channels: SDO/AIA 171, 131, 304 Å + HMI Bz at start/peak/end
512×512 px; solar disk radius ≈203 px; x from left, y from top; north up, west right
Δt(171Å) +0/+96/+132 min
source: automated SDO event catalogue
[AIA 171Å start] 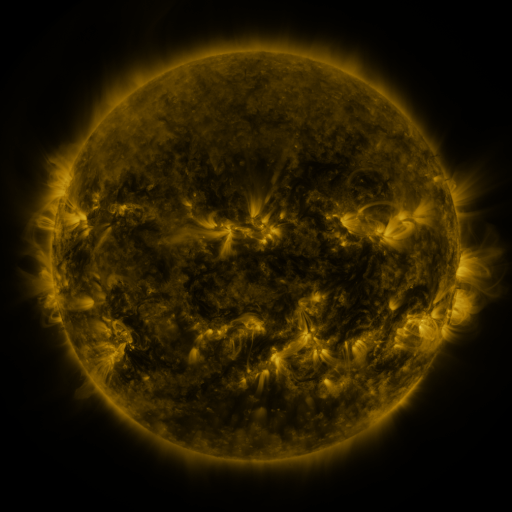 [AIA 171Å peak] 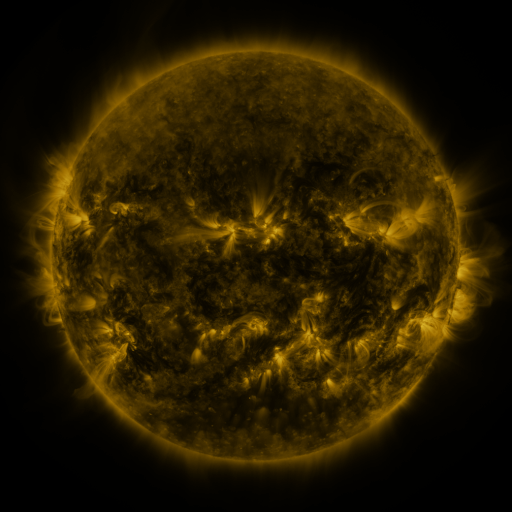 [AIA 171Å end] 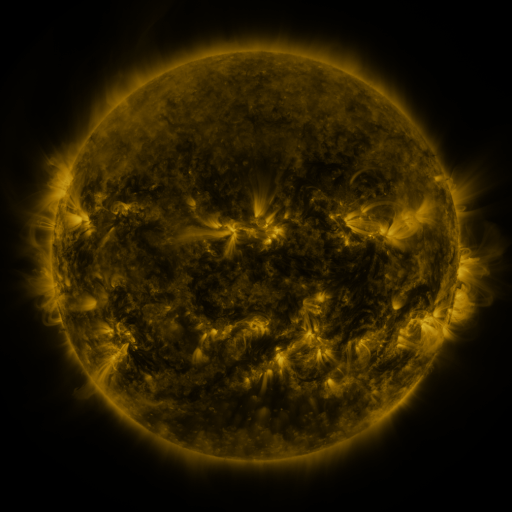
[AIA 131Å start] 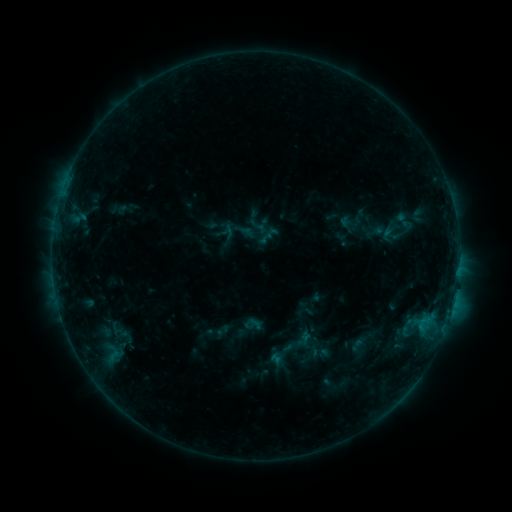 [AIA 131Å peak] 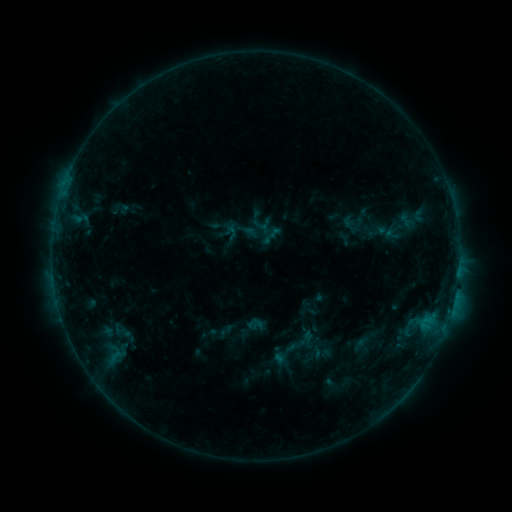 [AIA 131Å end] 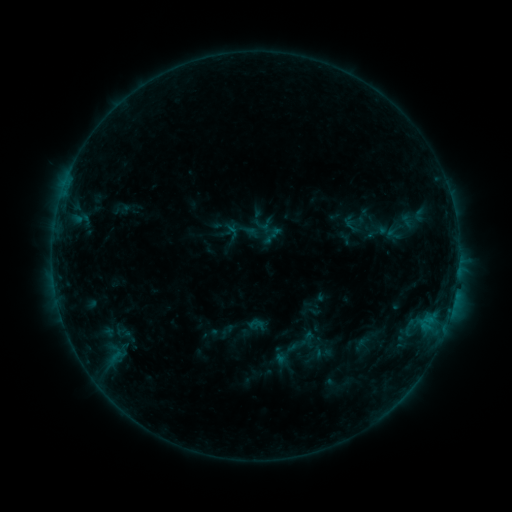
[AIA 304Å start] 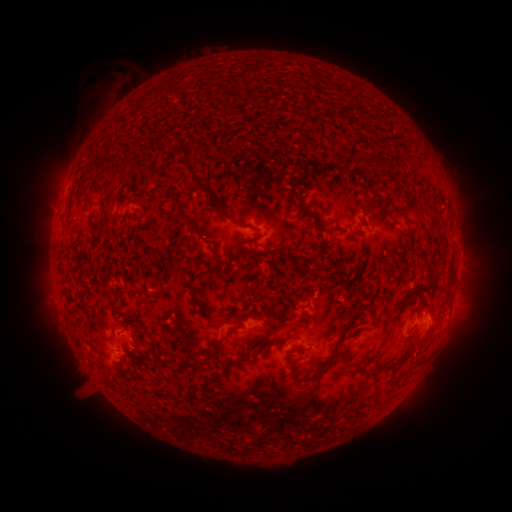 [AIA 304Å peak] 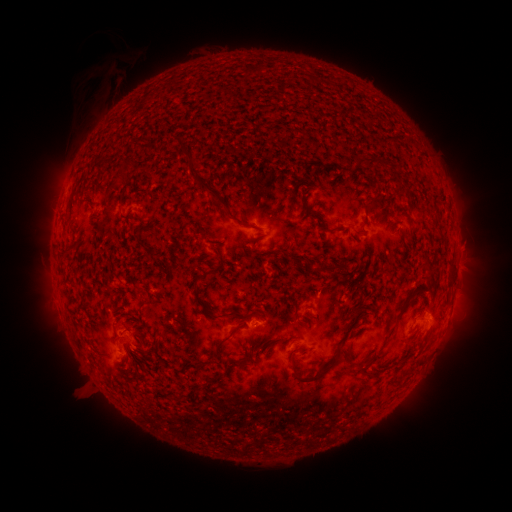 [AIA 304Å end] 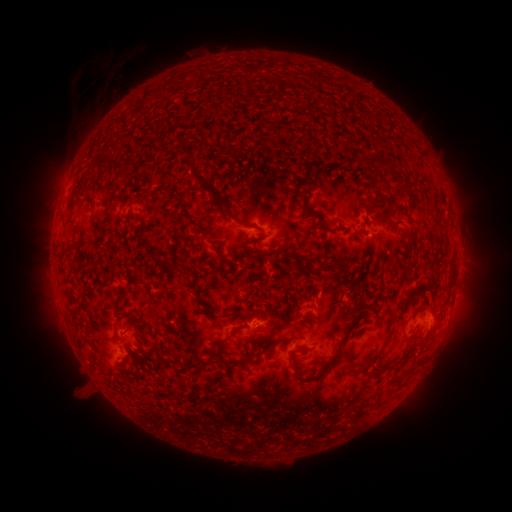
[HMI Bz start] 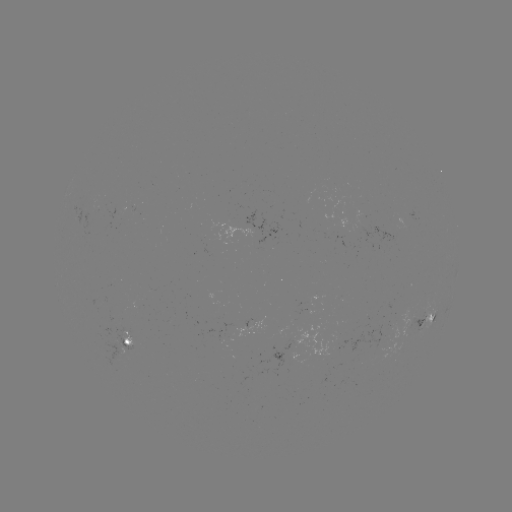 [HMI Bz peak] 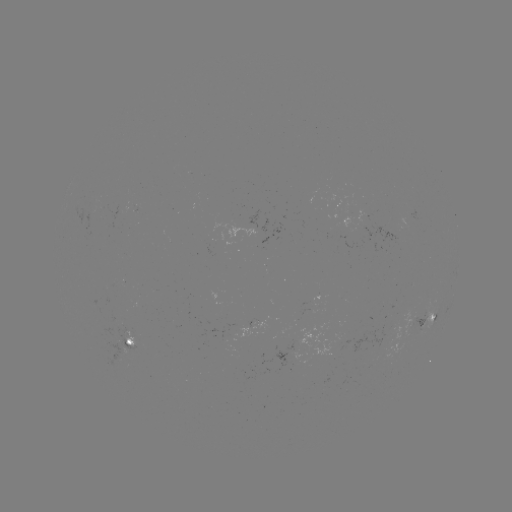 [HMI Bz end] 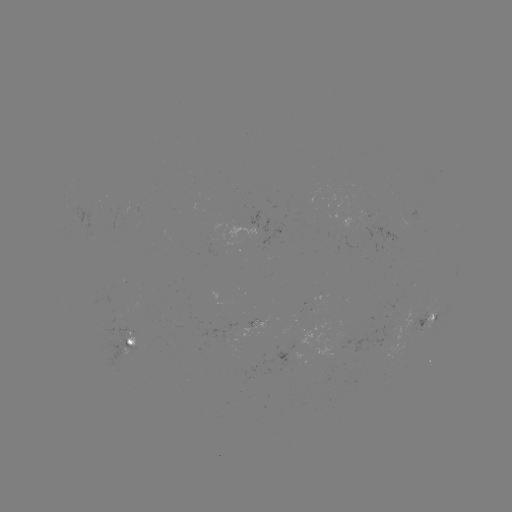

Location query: emerging-flux region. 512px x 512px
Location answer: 370,229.